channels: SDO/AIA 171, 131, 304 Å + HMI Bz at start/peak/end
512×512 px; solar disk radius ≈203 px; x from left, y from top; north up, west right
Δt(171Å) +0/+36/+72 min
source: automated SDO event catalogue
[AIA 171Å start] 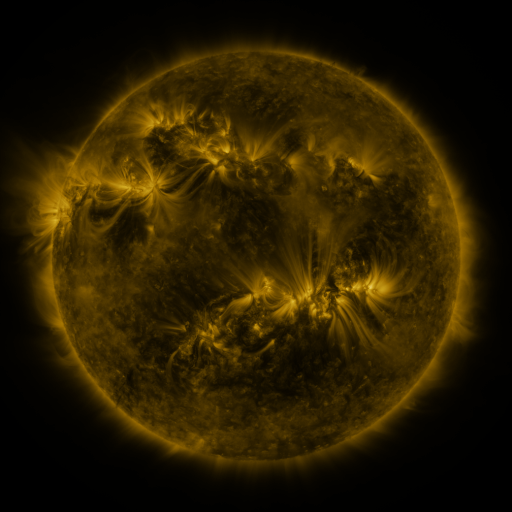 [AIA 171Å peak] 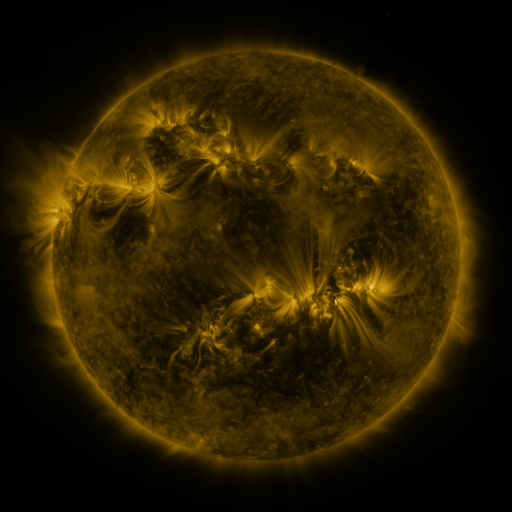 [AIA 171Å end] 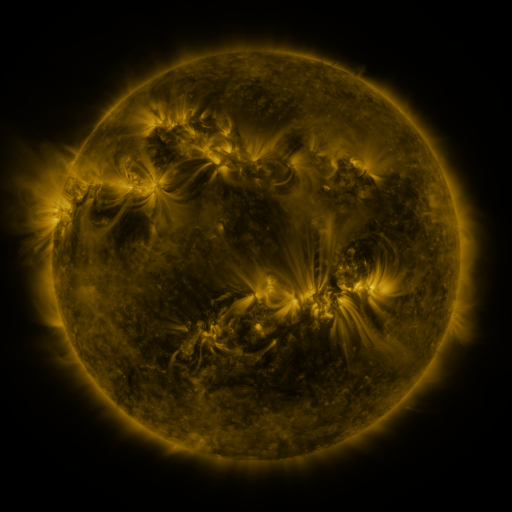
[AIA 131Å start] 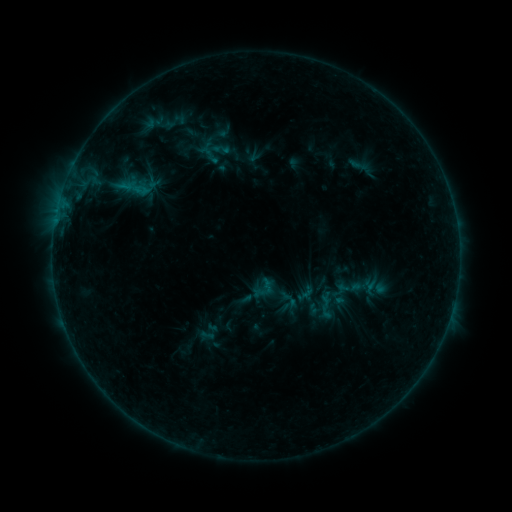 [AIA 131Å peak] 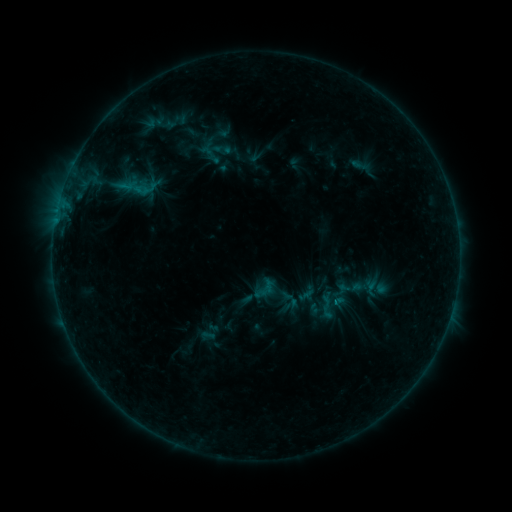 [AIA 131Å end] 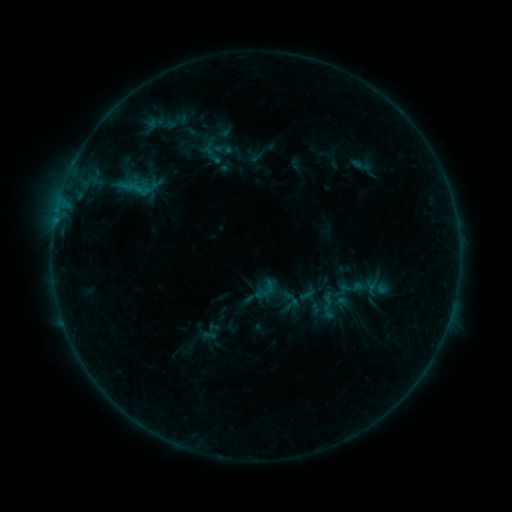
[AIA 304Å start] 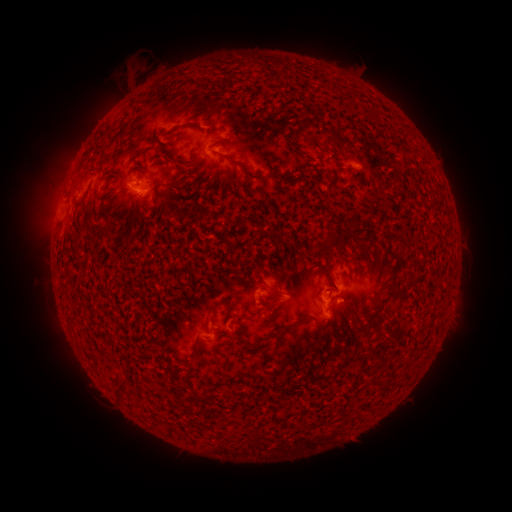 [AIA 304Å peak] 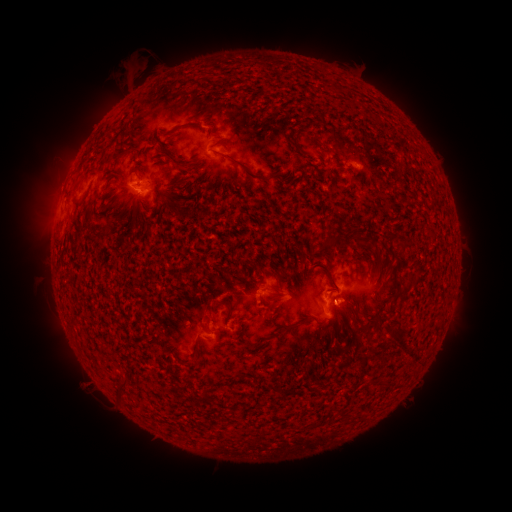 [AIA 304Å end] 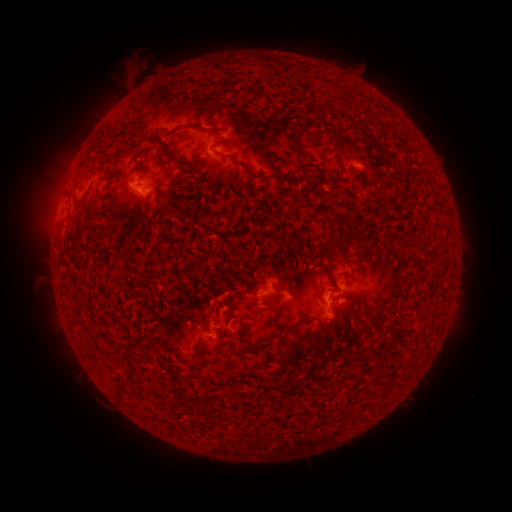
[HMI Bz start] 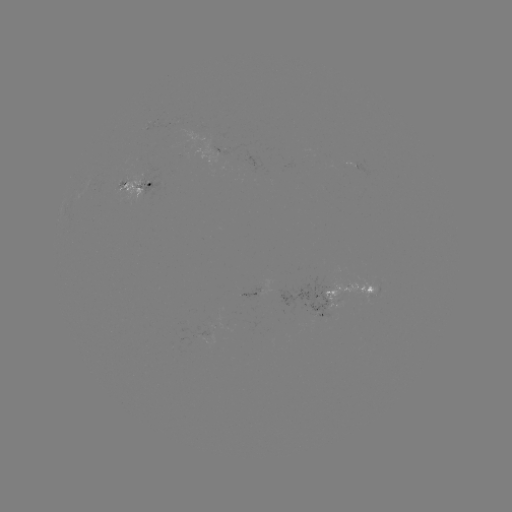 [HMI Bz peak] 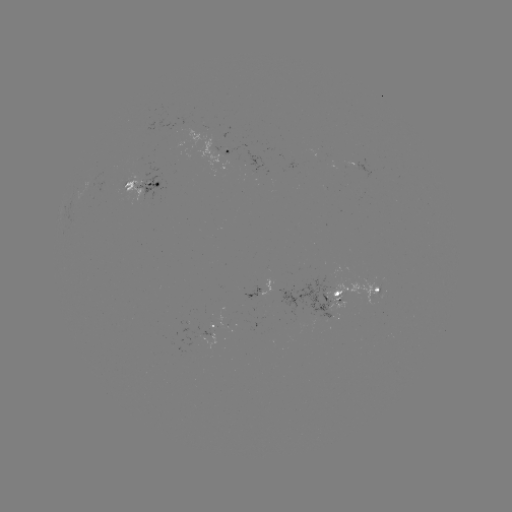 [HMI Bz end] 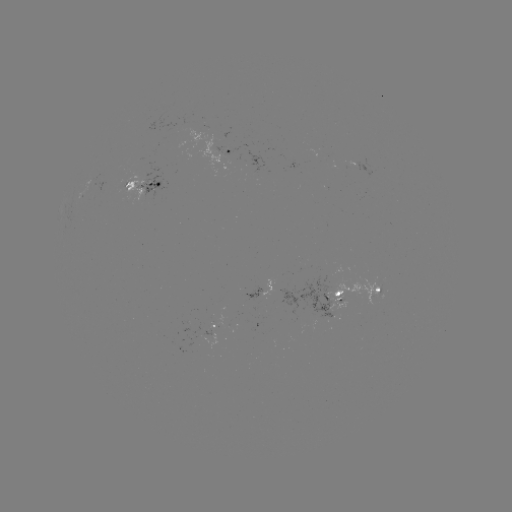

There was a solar emerging-flux region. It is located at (368, 290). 